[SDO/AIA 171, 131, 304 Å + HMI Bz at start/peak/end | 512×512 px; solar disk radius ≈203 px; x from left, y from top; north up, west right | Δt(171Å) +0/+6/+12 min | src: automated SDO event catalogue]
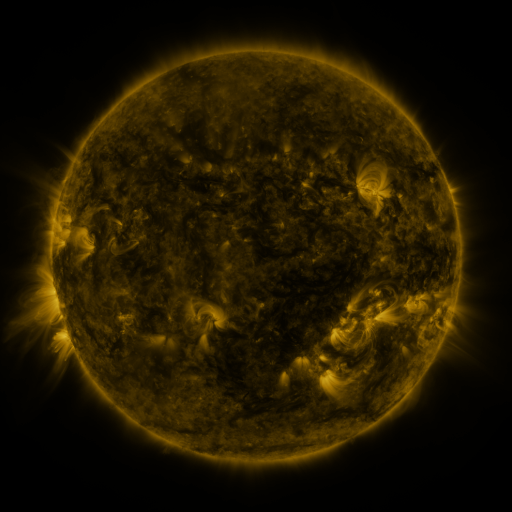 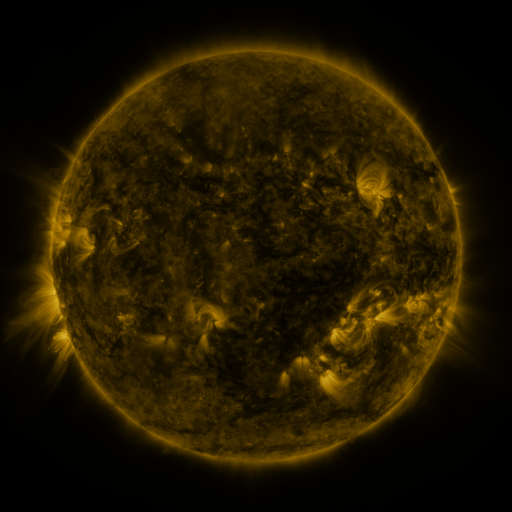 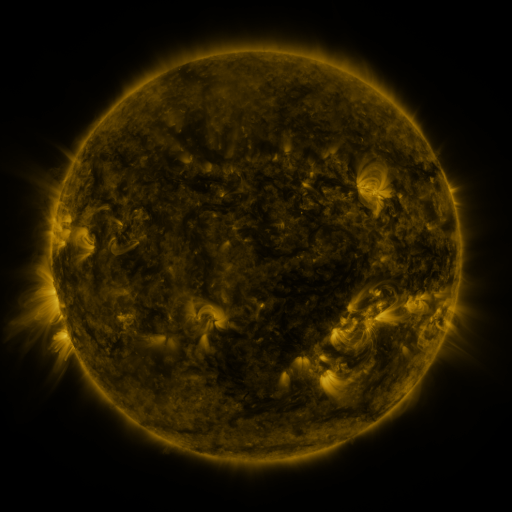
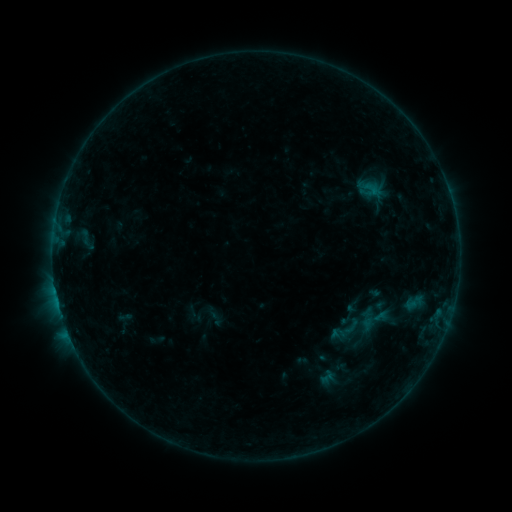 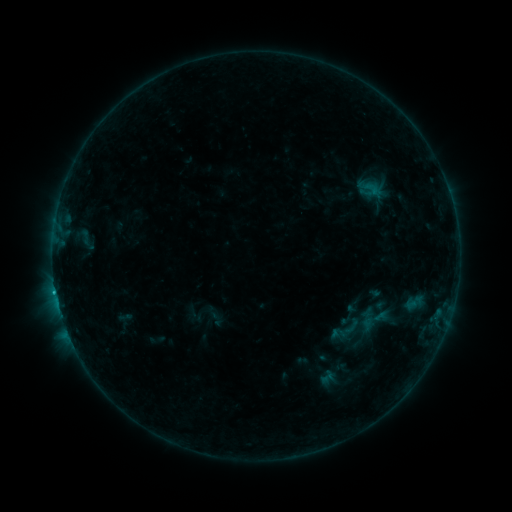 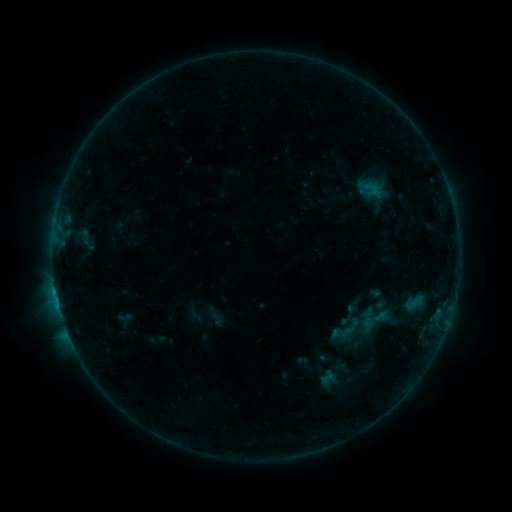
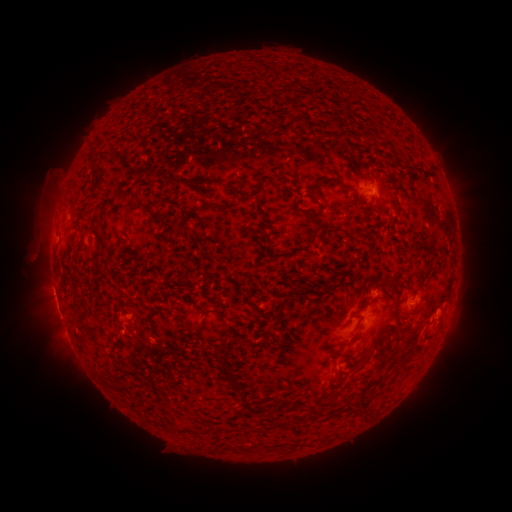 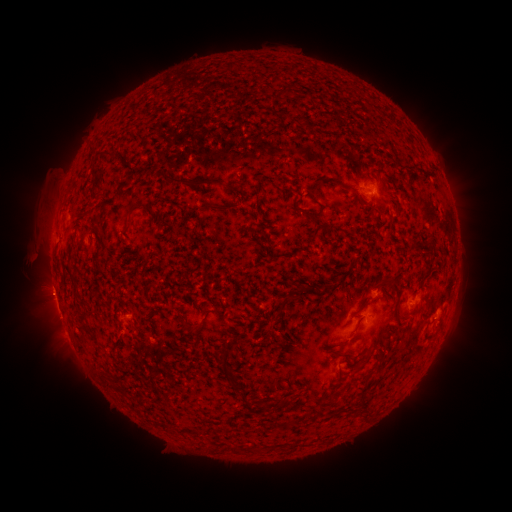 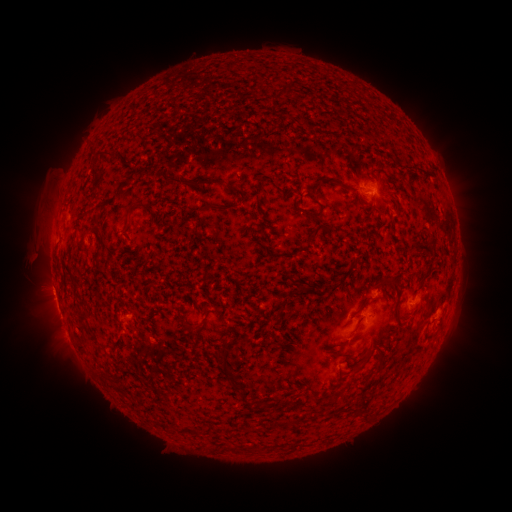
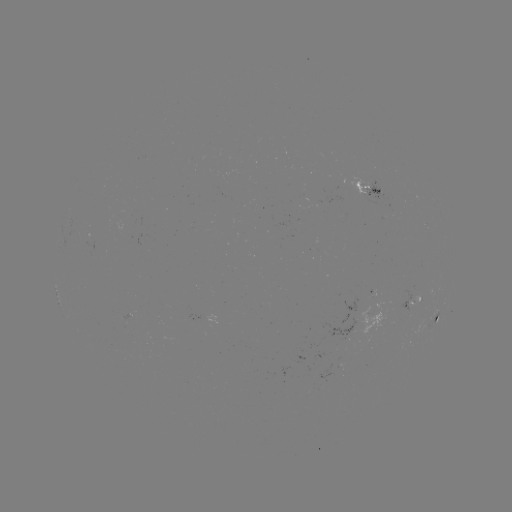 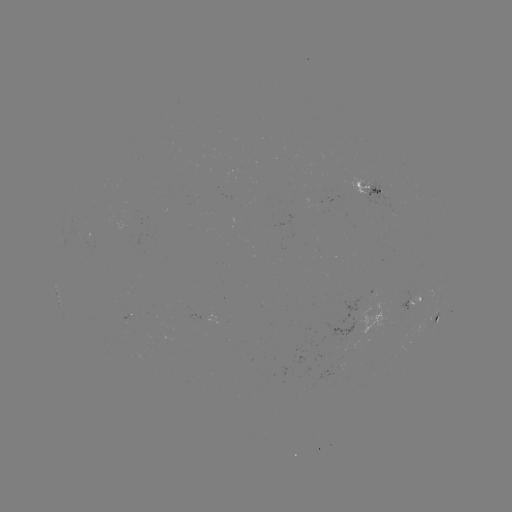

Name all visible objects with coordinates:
B5.5 flare: (56, 294)
